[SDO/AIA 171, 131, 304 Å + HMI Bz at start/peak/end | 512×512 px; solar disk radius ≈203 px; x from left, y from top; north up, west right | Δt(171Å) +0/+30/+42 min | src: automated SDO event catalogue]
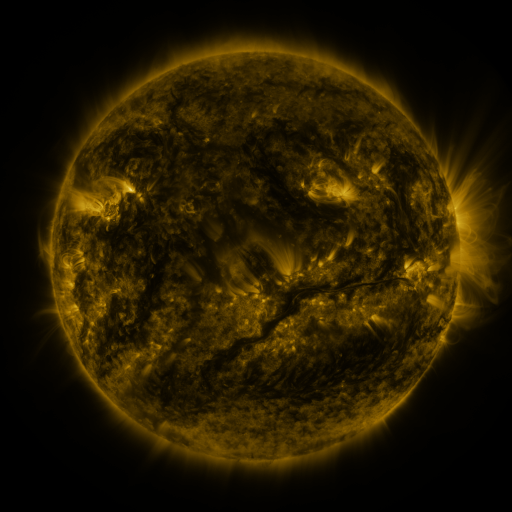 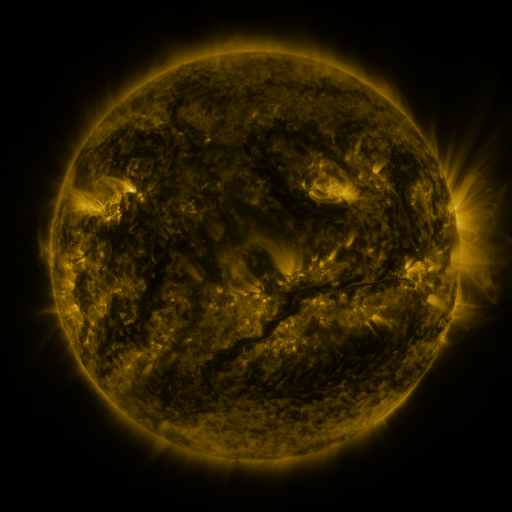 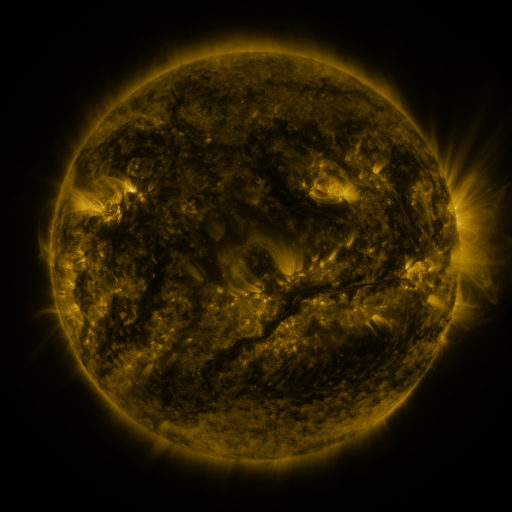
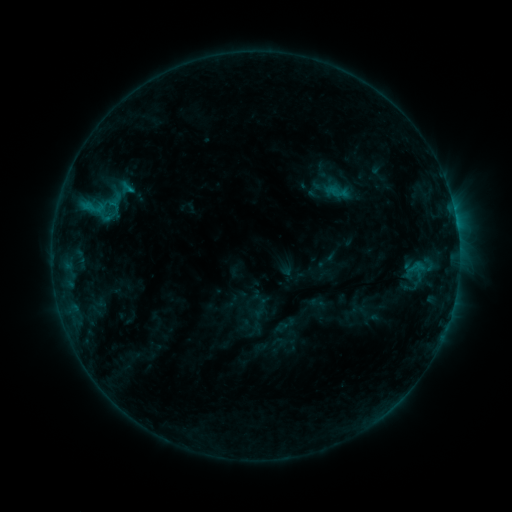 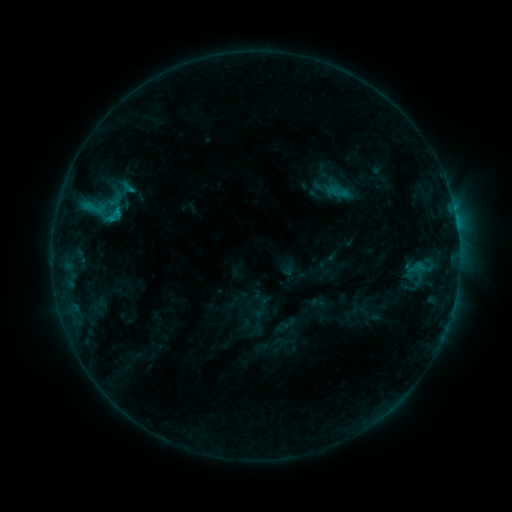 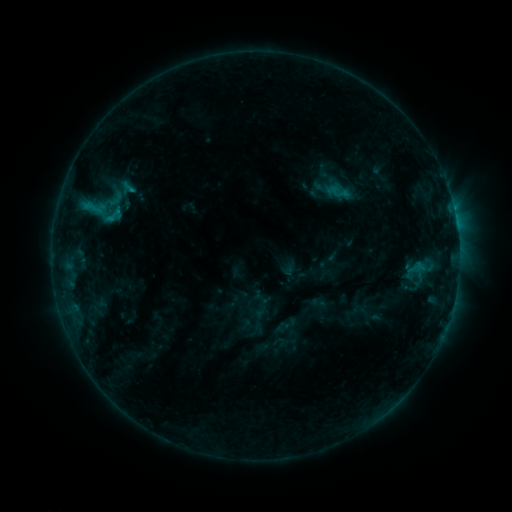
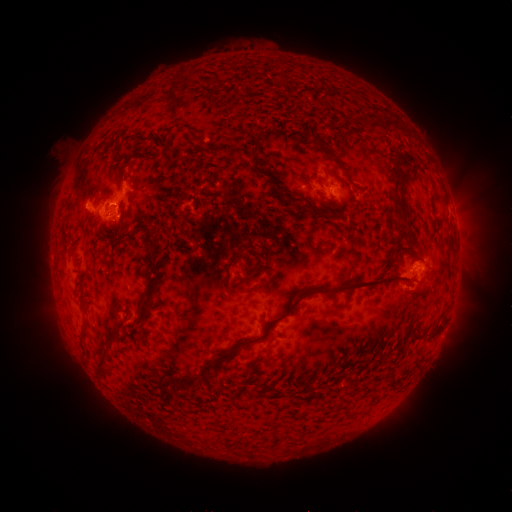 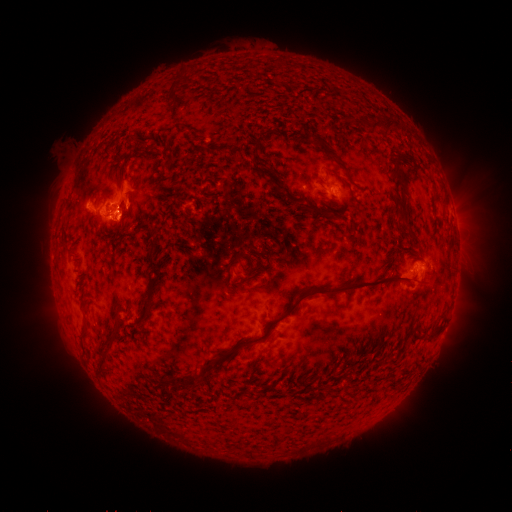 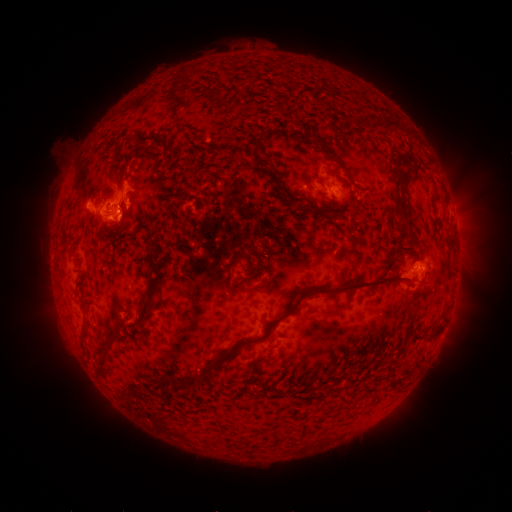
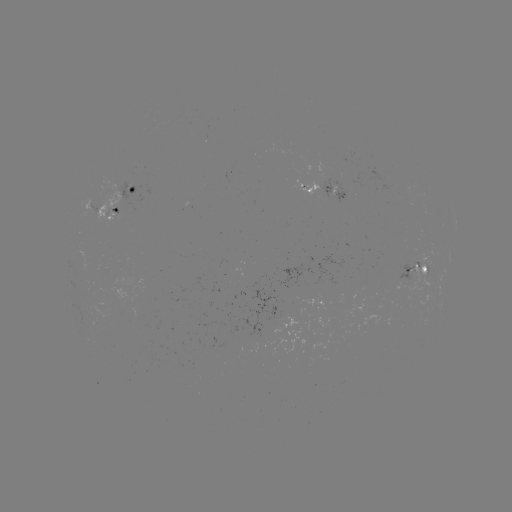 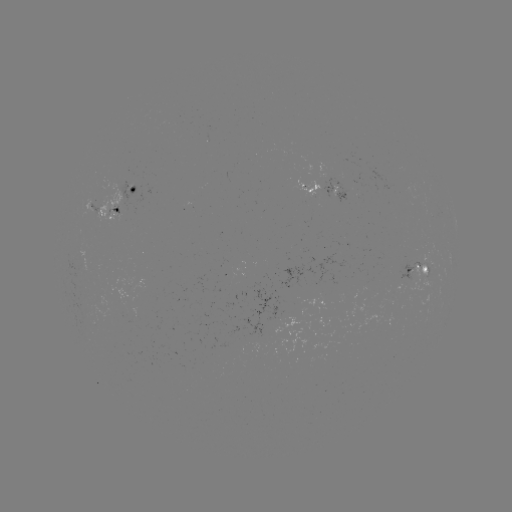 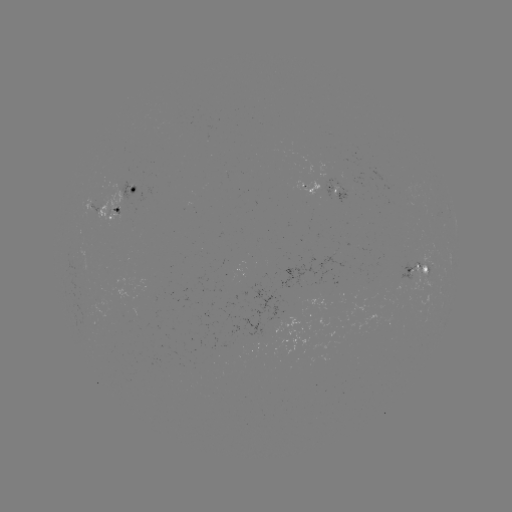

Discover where C1.0 flare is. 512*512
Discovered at [114, 221].